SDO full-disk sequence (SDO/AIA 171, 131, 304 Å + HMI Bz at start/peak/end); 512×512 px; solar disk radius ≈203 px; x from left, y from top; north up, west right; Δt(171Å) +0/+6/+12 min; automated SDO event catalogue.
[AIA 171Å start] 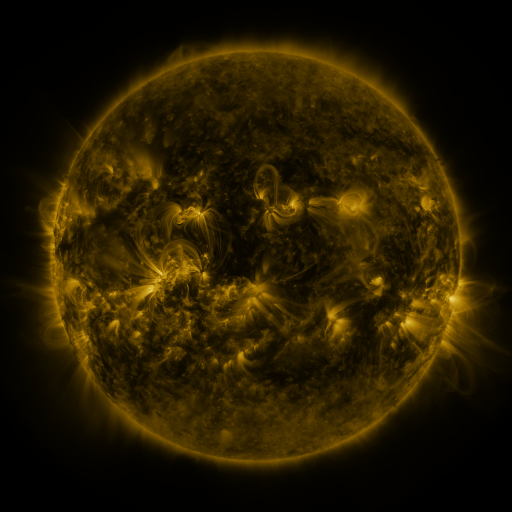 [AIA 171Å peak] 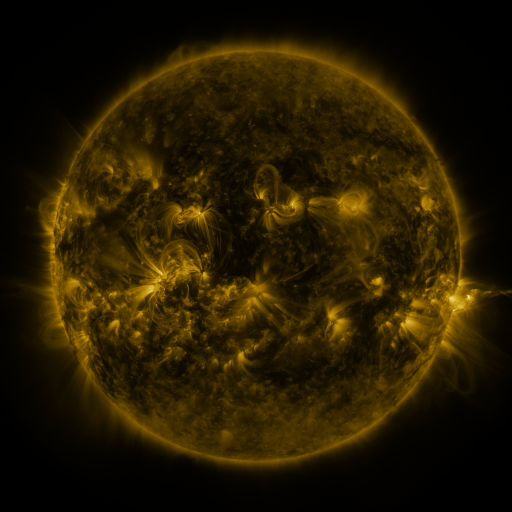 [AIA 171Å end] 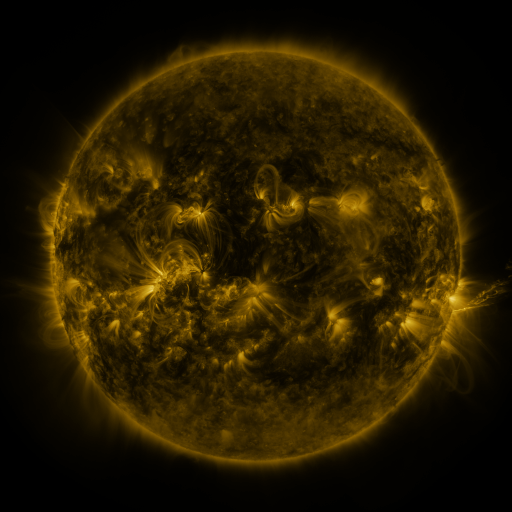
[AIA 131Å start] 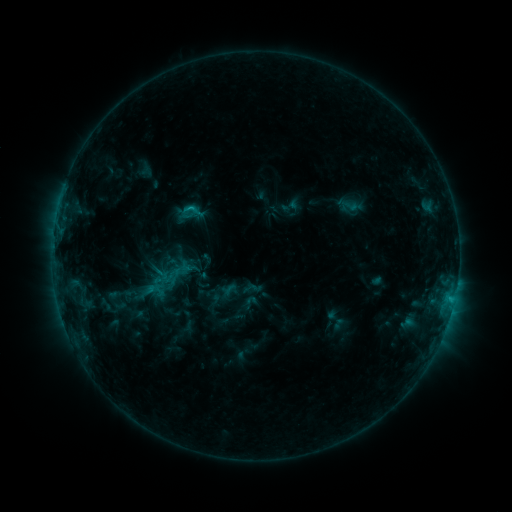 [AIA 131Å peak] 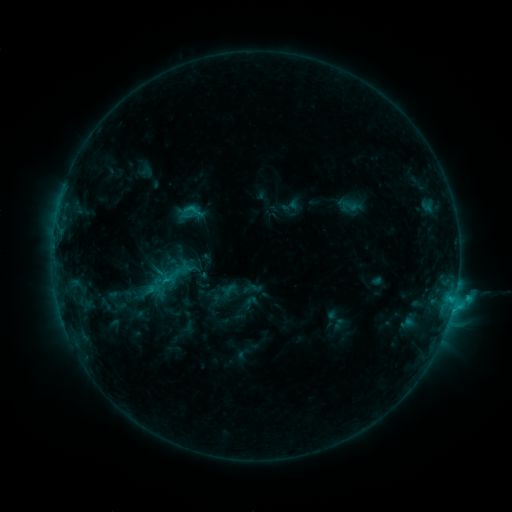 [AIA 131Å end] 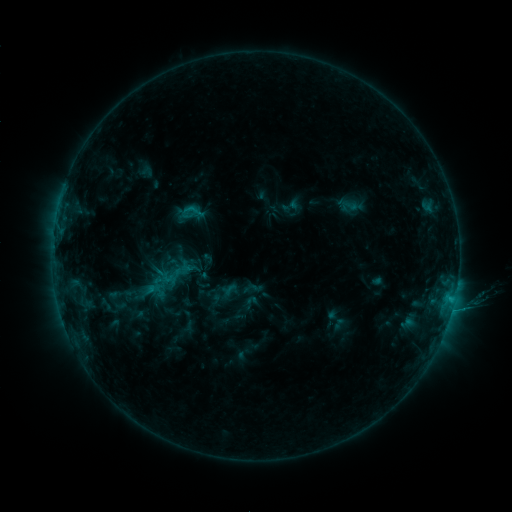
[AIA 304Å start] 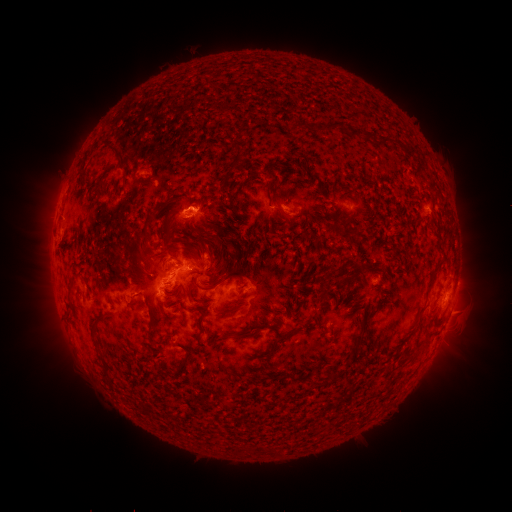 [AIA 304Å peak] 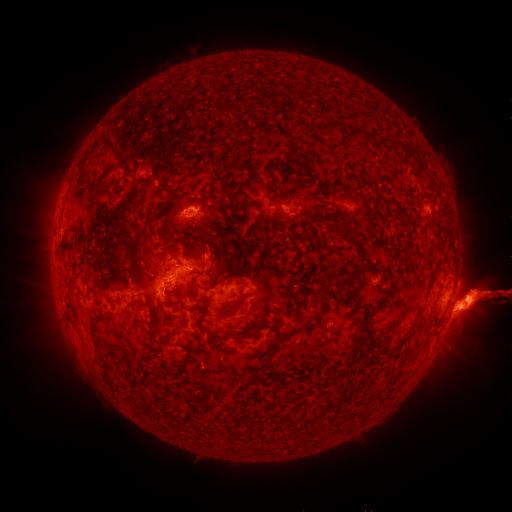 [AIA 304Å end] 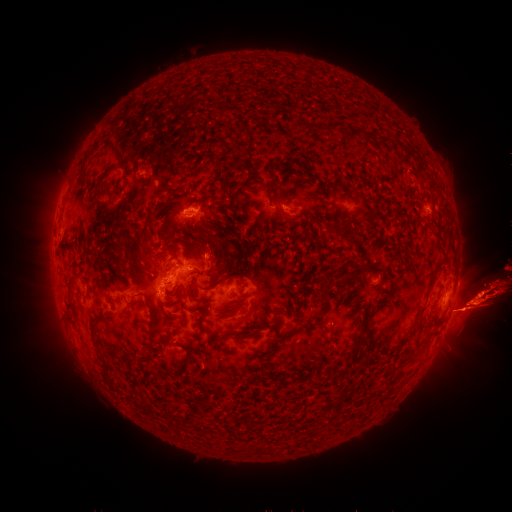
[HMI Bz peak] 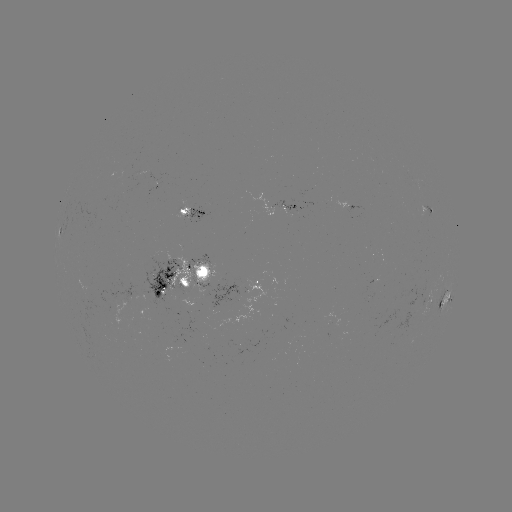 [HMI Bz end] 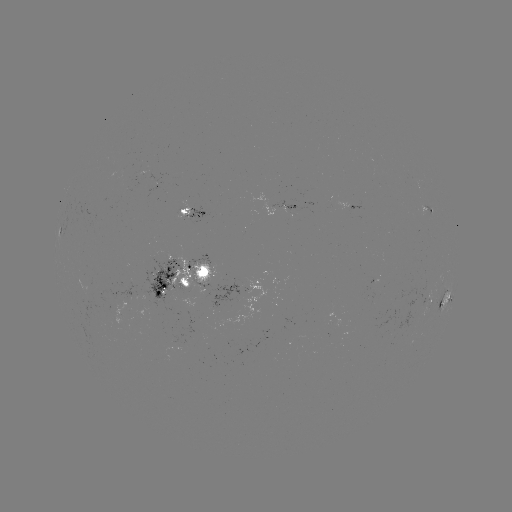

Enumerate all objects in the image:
eruption: (398, 302)
